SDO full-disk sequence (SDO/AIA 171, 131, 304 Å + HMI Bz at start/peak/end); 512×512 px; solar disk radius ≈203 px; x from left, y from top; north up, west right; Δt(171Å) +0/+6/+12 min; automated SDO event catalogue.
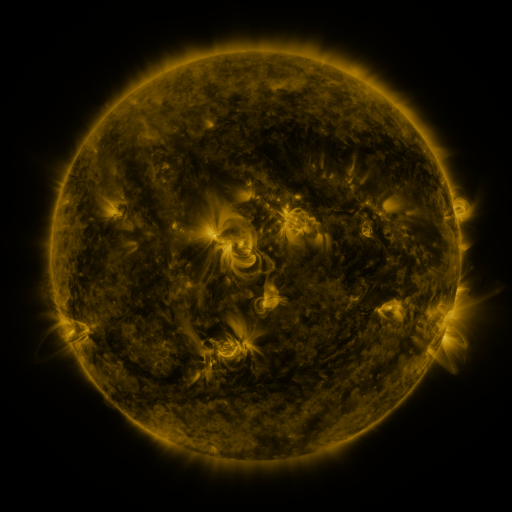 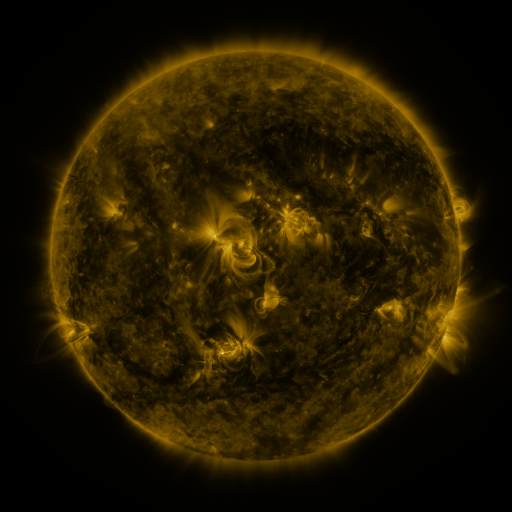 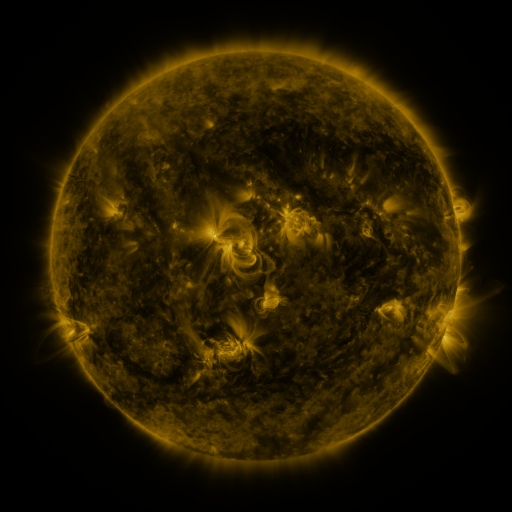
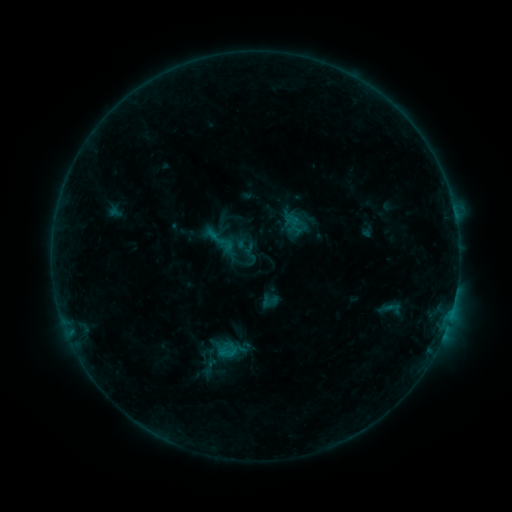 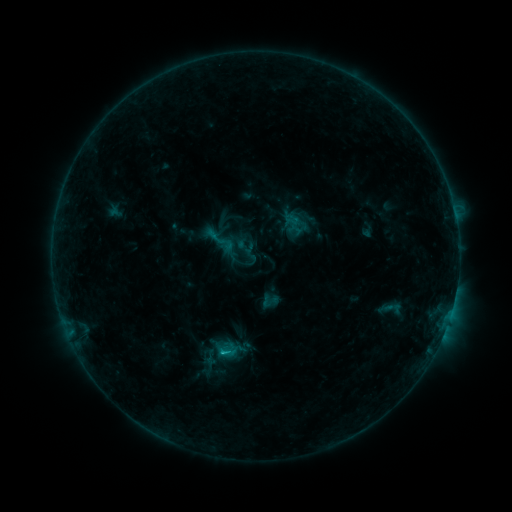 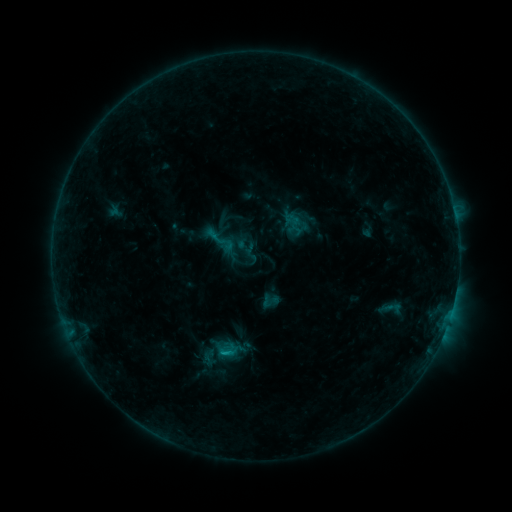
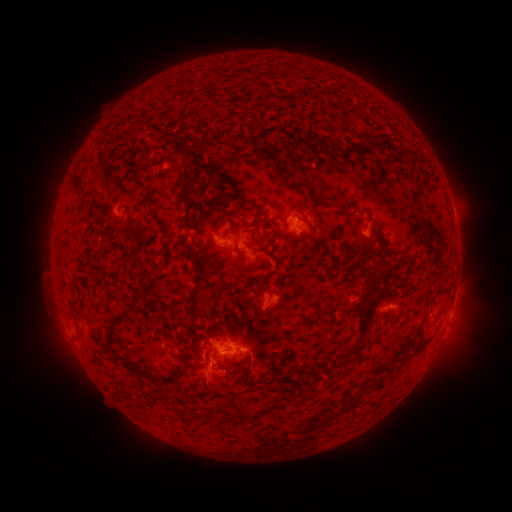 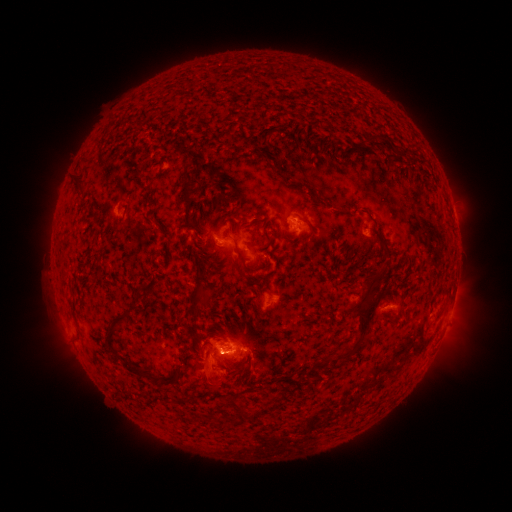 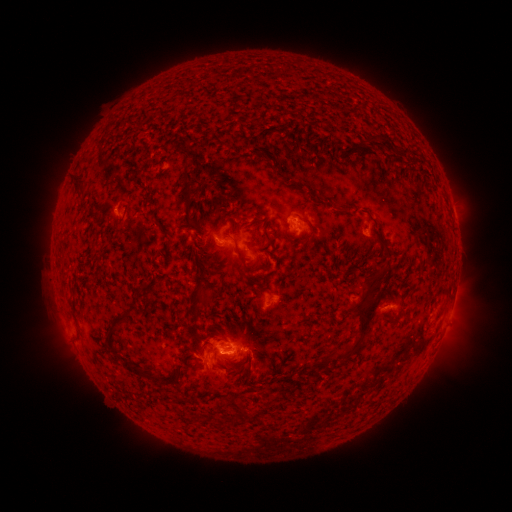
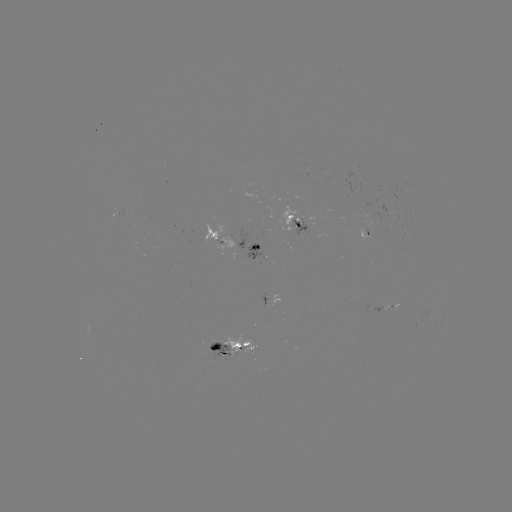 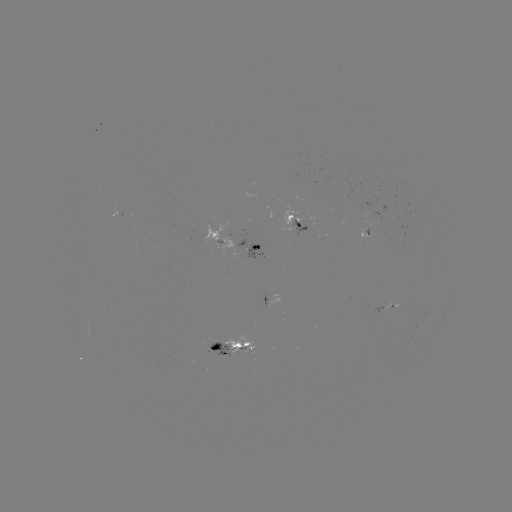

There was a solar flare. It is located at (226, 351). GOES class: B8.6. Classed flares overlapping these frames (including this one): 1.